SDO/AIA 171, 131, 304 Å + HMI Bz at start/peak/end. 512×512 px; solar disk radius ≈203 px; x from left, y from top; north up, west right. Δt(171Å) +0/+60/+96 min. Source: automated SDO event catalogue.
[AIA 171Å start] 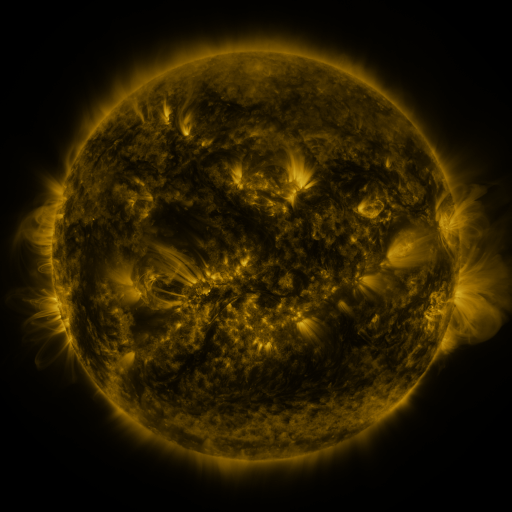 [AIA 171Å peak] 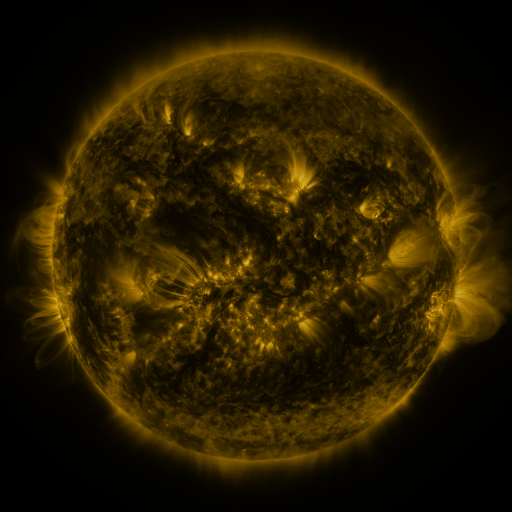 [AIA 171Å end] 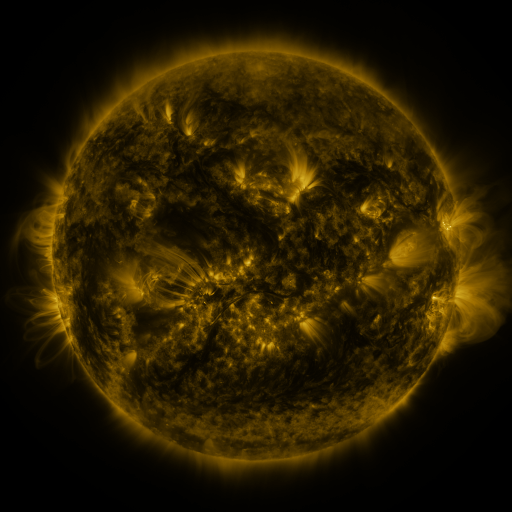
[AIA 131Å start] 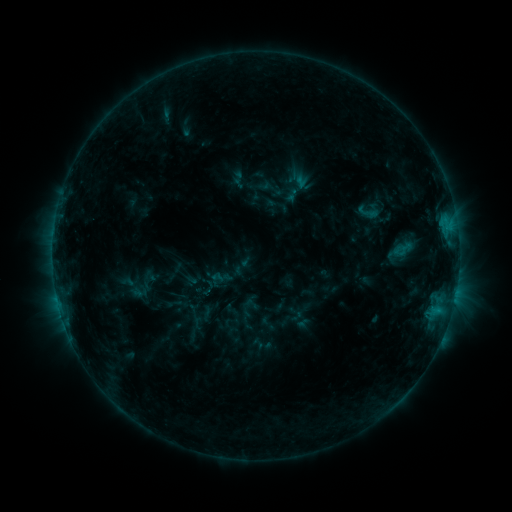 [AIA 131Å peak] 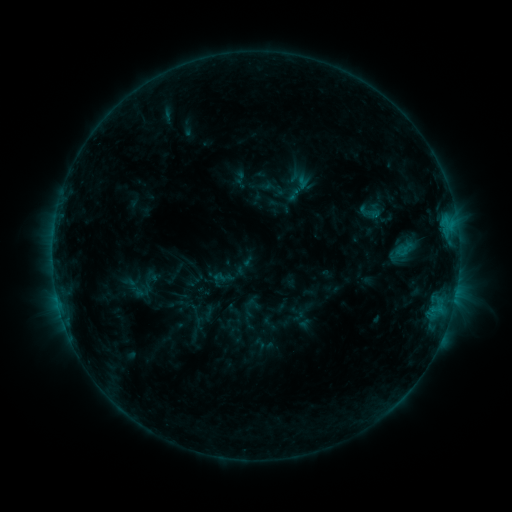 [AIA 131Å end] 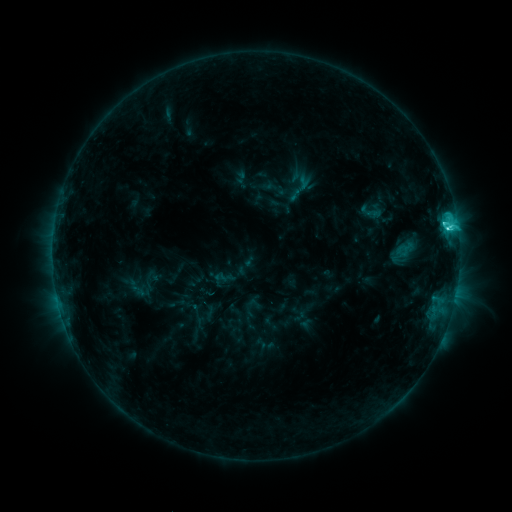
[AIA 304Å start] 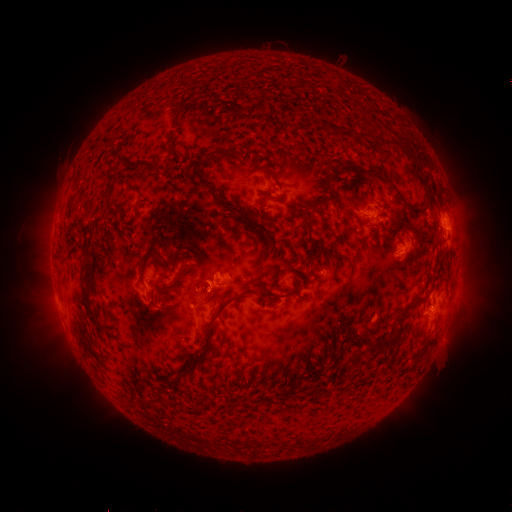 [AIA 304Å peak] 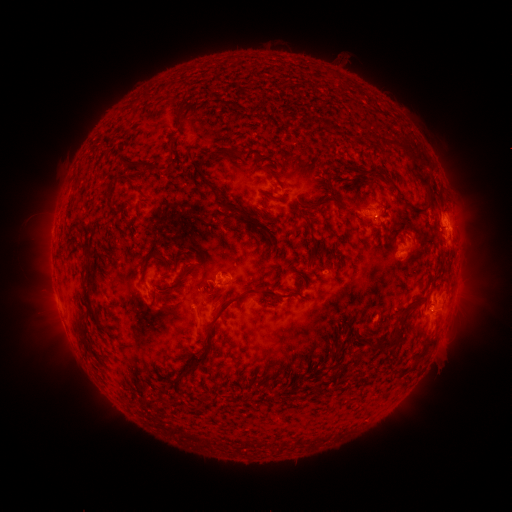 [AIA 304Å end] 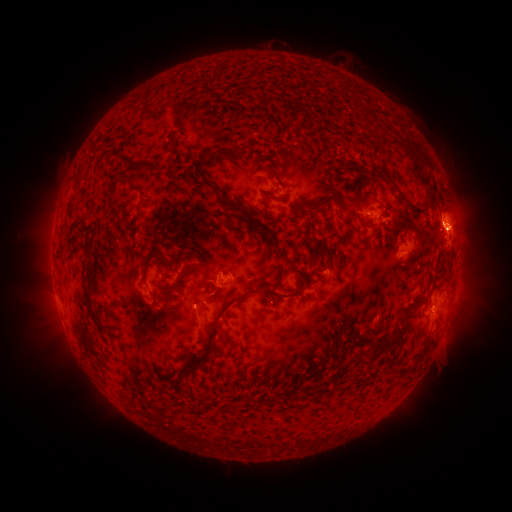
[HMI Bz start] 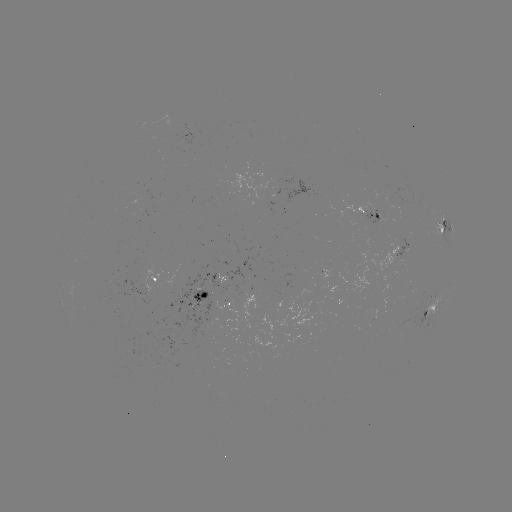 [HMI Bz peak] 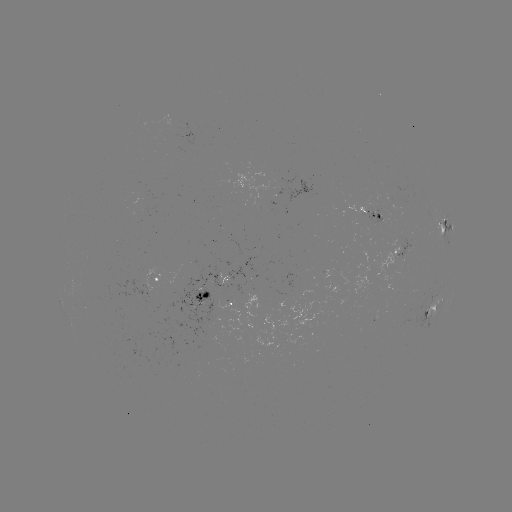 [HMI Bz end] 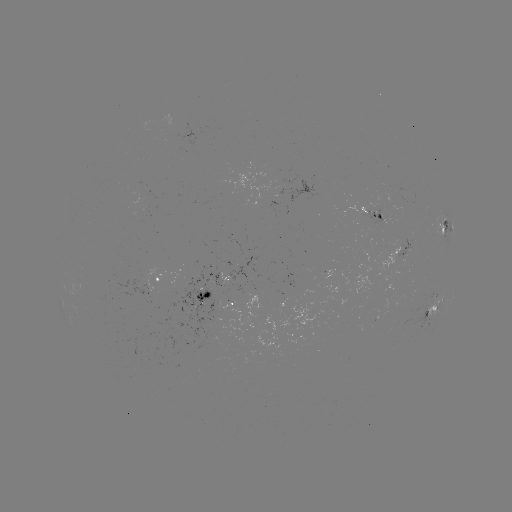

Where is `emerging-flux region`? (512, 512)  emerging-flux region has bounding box [364, 210, 382, 225].